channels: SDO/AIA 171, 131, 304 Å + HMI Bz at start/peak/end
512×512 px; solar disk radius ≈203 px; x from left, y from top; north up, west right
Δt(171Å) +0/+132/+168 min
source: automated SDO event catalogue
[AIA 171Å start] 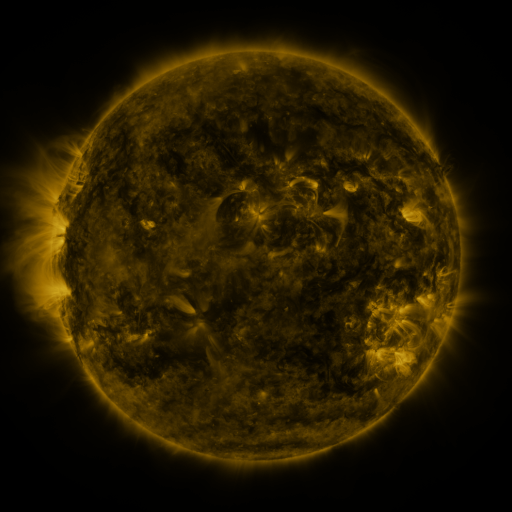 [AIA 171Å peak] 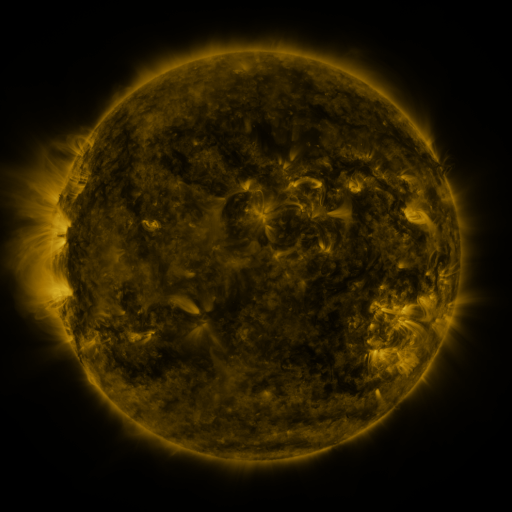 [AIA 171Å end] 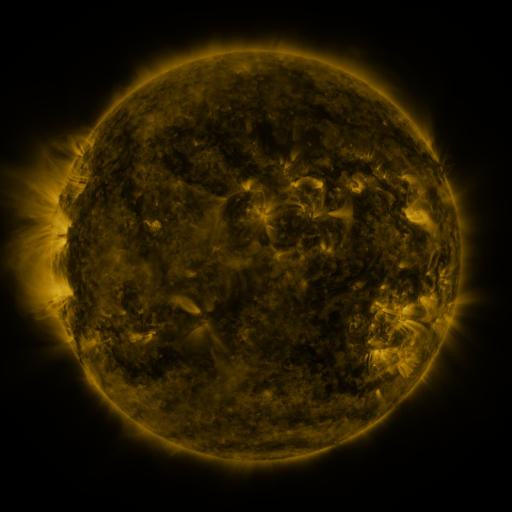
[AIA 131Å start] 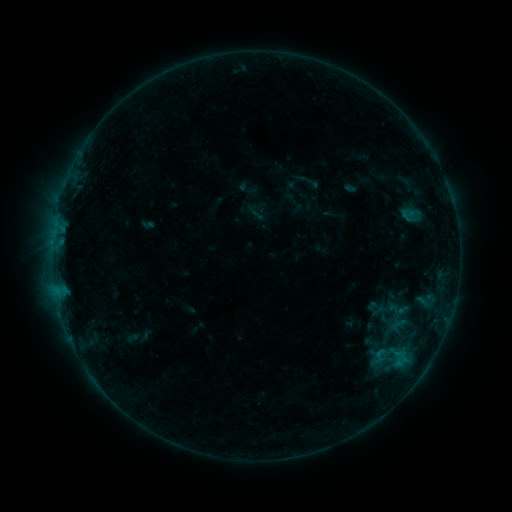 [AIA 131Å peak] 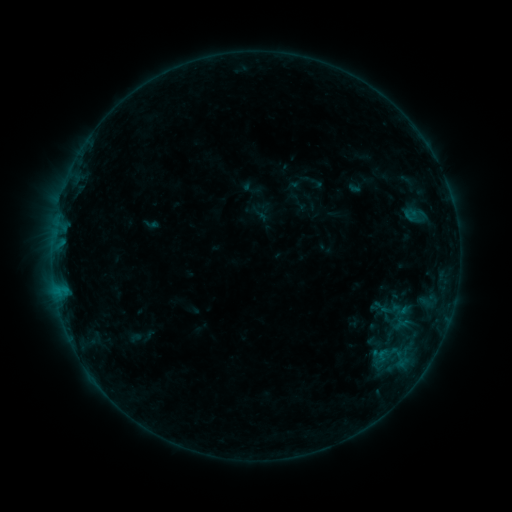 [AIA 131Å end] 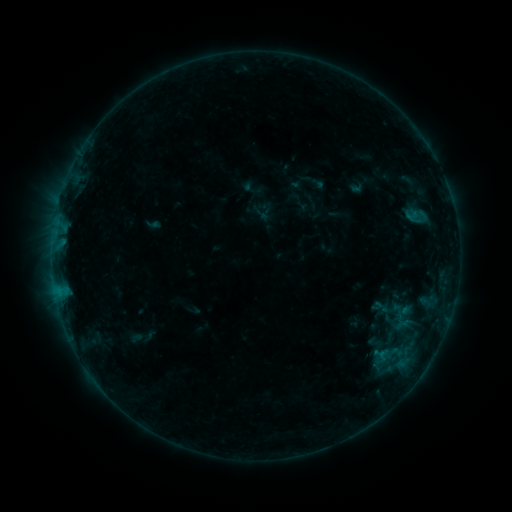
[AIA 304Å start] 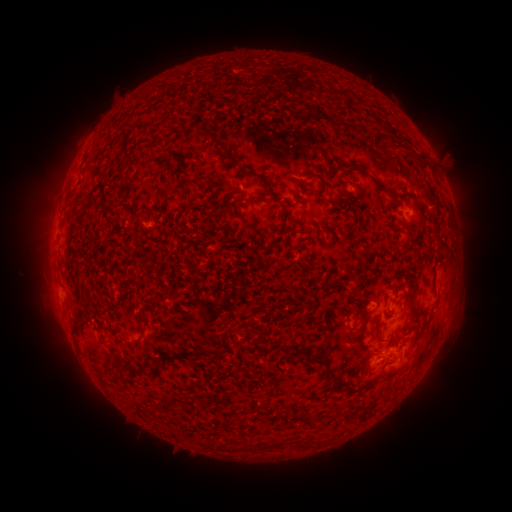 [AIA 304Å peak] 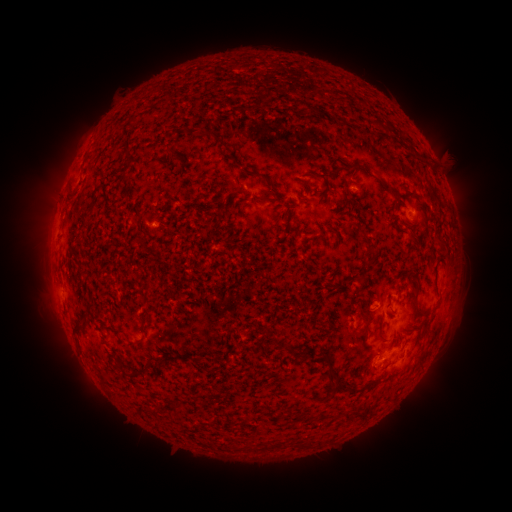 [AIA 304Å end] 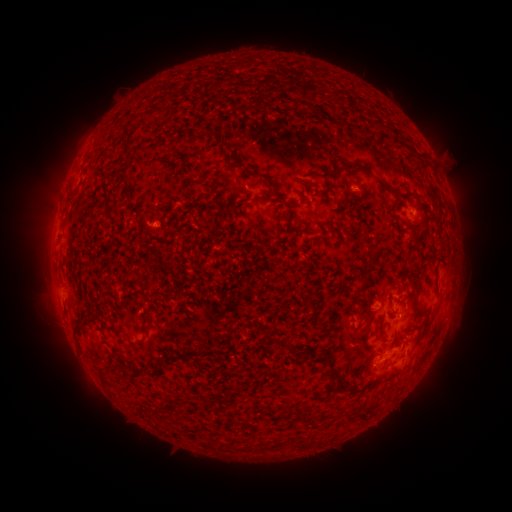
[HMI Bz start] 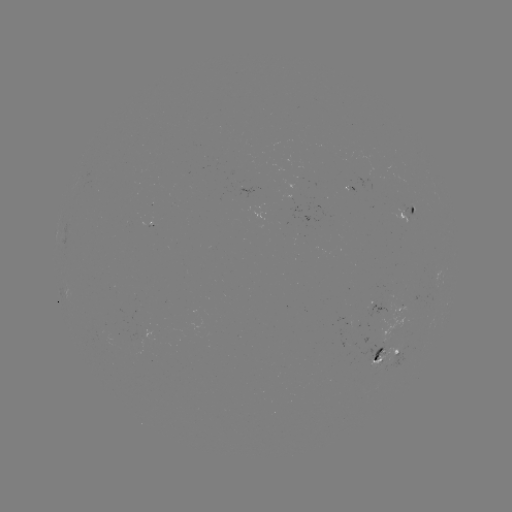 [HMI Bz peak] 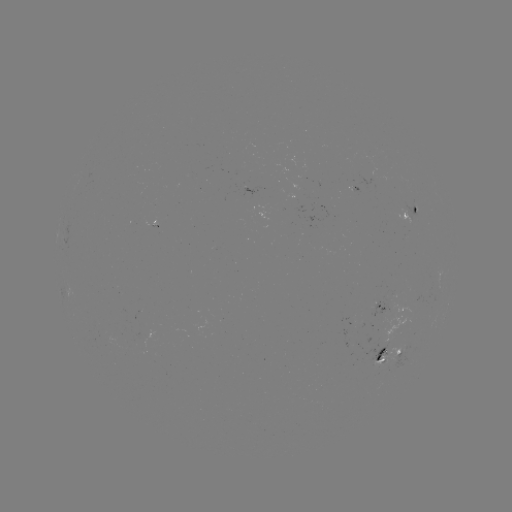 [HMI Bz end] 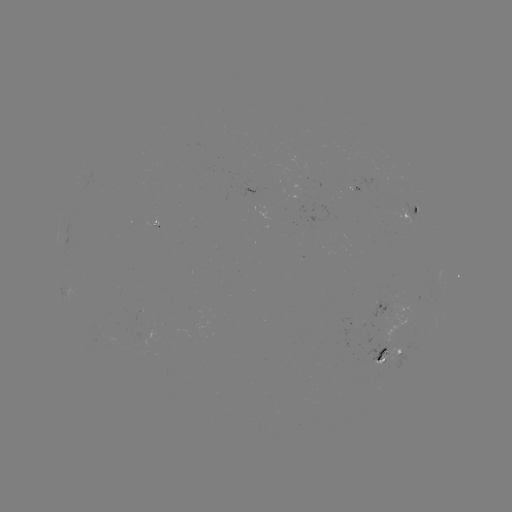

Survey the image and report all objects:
emerging-flux region: (372, 175)
